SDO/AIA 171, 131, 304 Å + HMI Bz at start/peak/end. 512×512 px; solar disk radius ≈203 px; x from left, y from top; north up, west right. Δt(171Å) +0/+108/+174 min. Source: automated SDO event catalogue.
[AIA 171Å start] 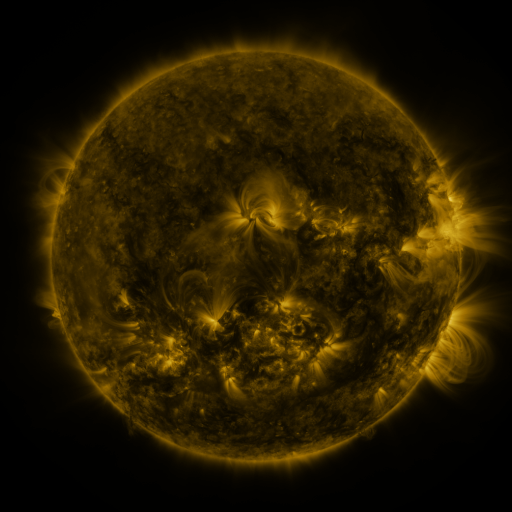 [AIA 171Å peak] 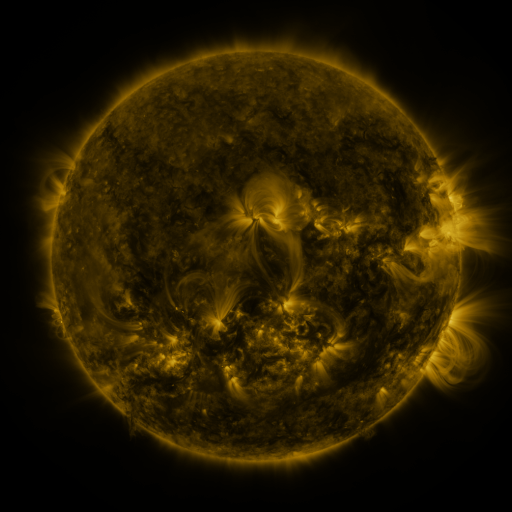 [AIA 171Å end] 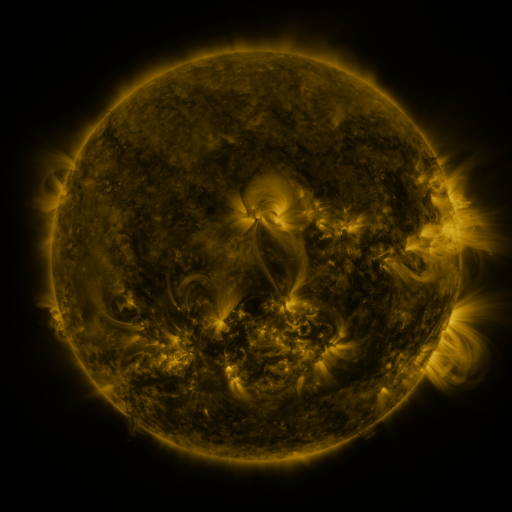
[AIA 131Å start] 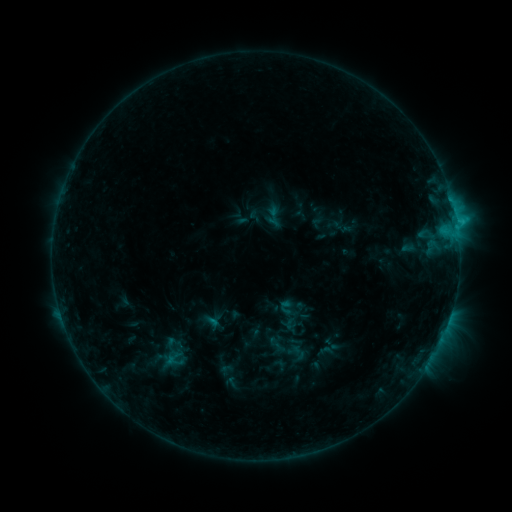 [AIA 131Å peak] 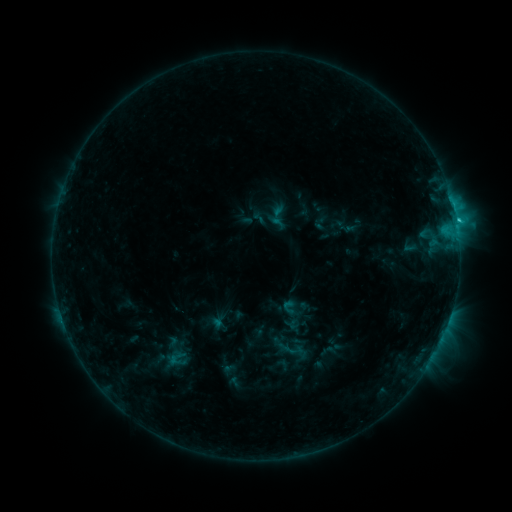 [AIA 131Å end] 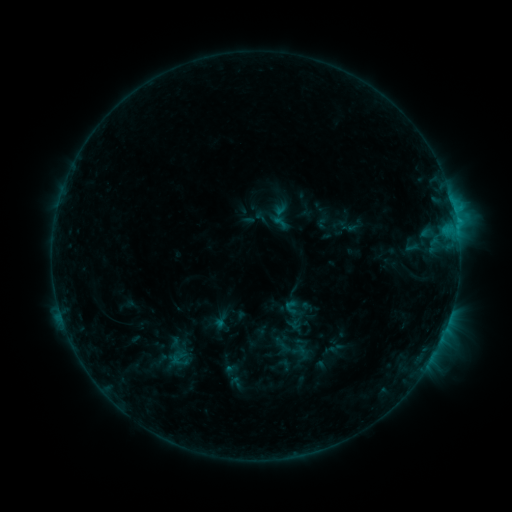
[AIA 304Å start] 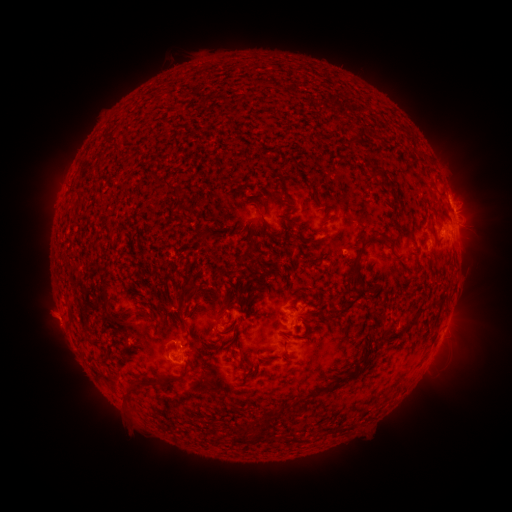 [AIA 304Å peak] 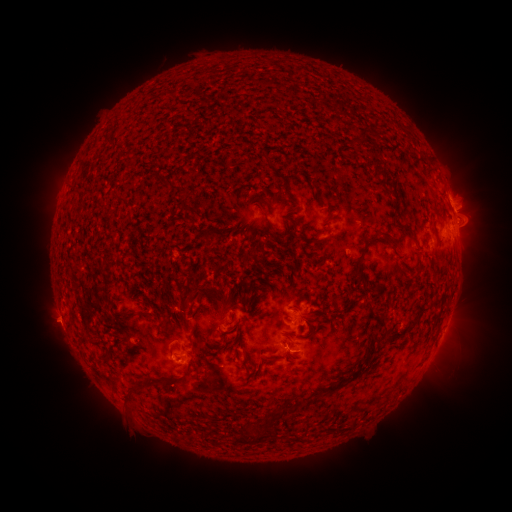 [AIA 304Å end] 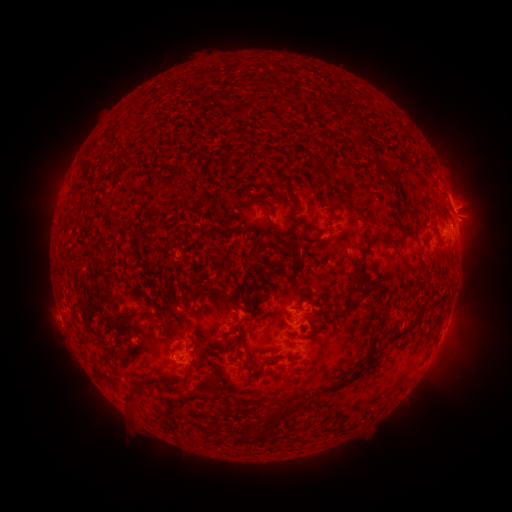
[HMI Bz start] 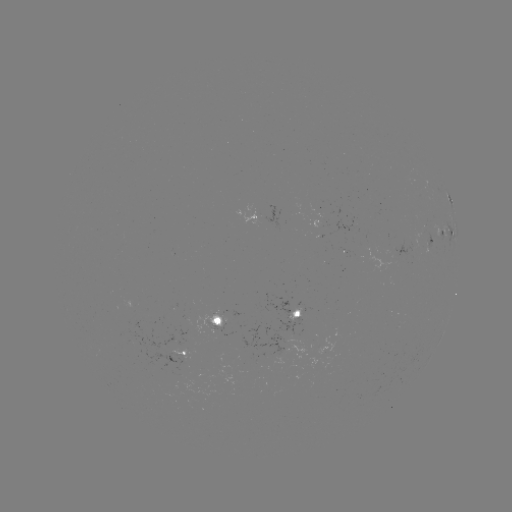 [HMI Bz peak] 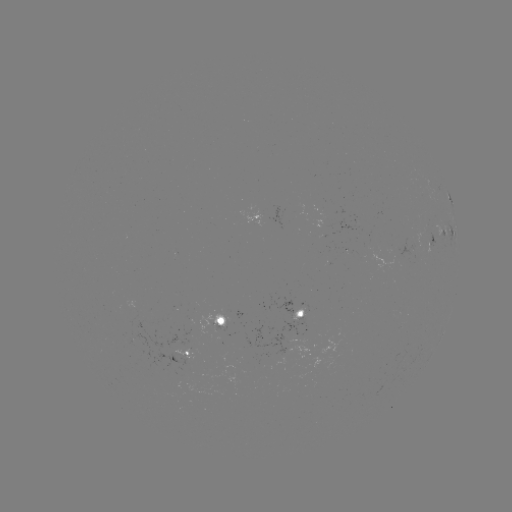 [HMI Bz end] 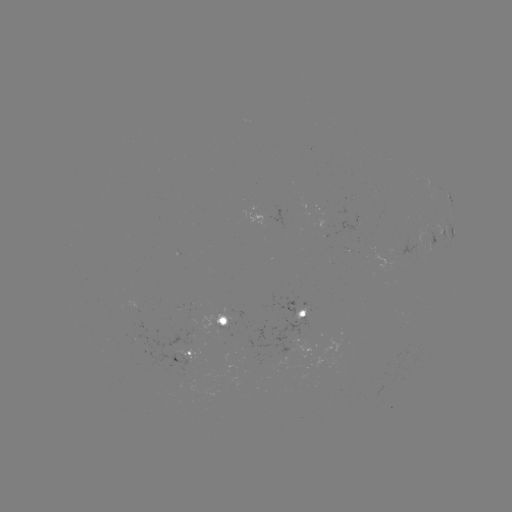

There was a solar flare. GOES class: C1.9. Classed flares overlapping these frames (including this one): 3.